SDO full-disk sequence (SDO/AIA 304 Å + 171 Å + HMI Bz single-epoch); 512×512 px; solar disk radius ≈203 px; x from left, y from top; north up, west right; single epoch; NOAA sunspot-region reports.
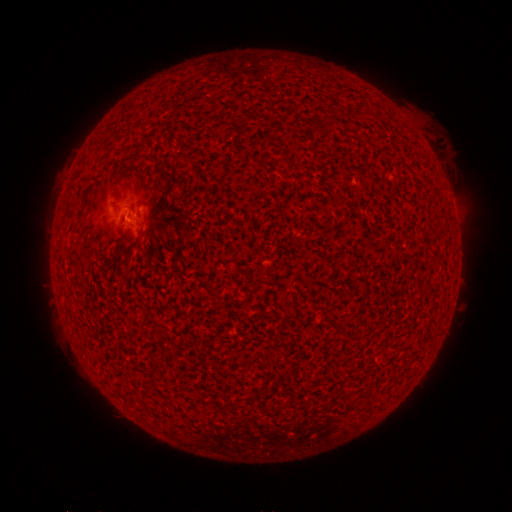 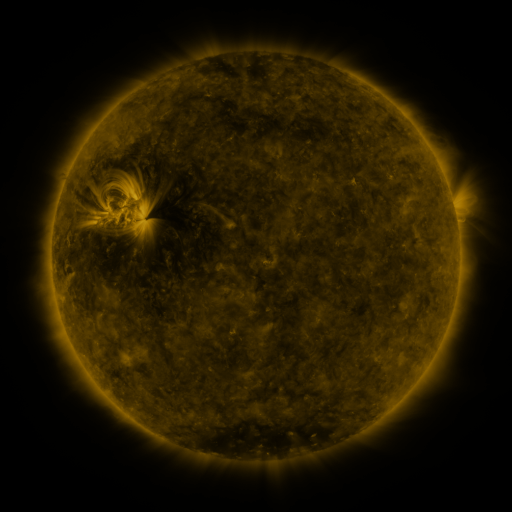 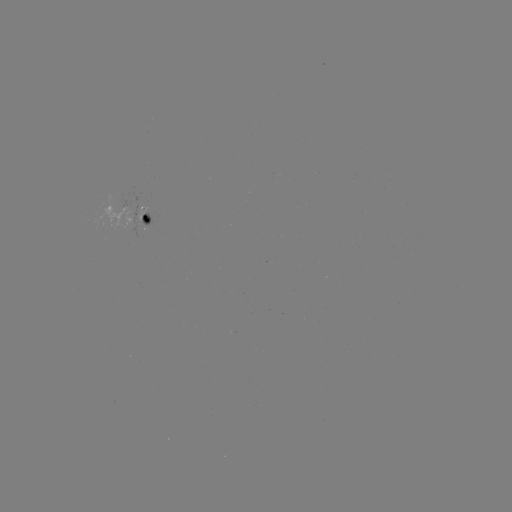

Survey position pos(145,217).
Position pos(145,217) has spotted active region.